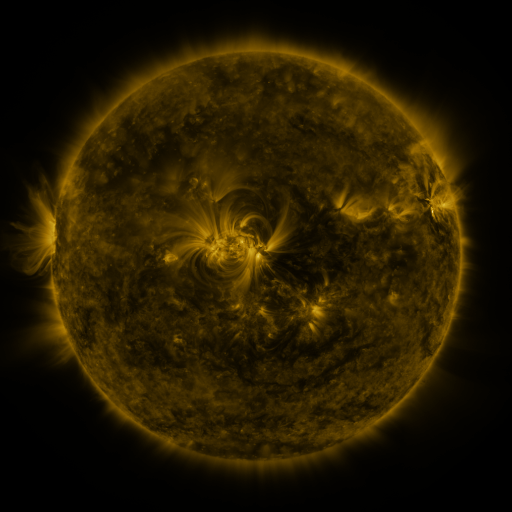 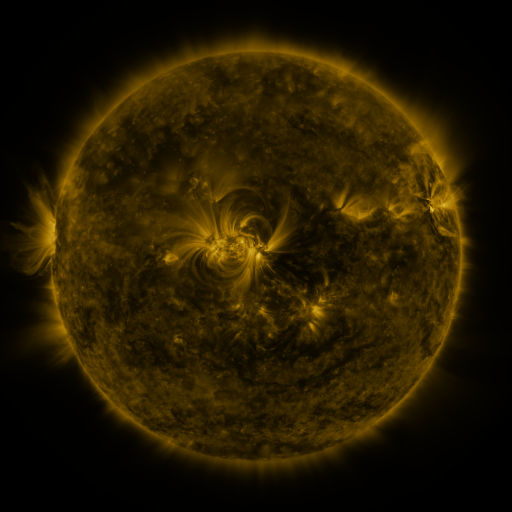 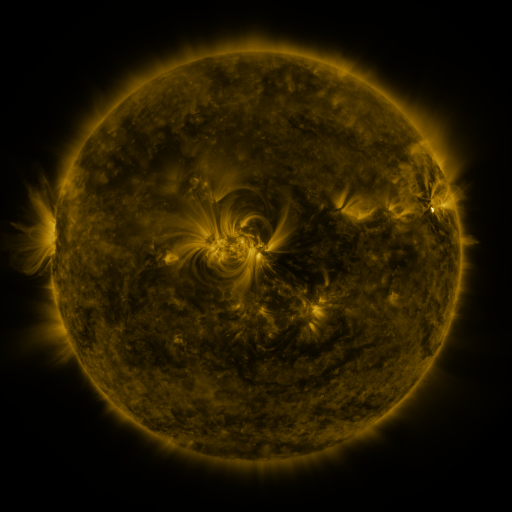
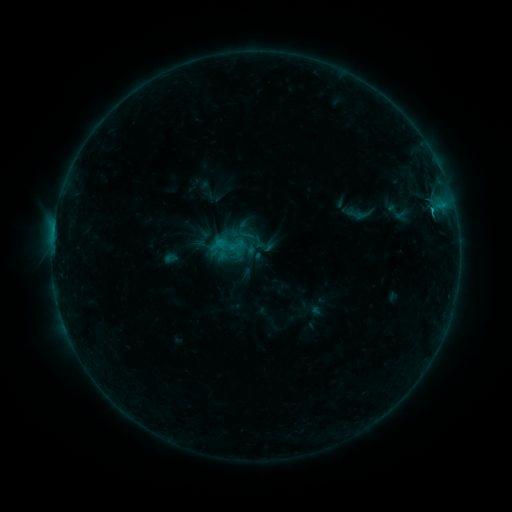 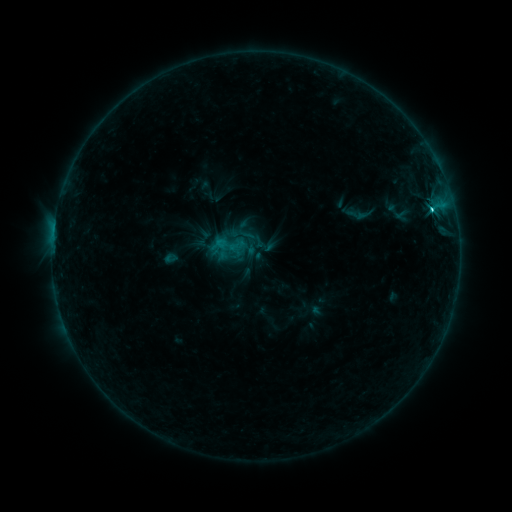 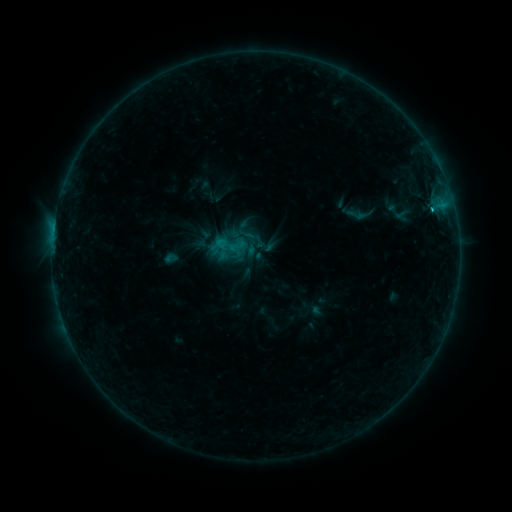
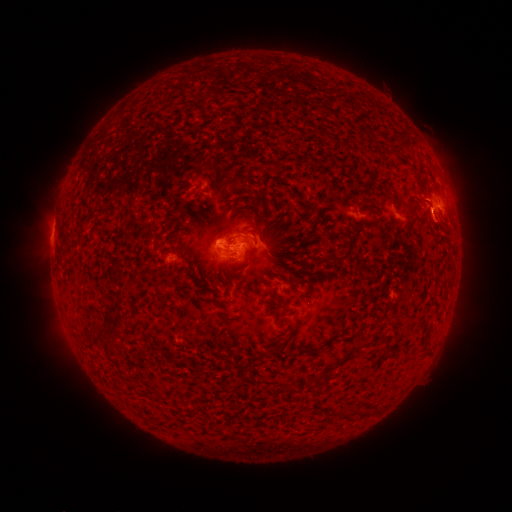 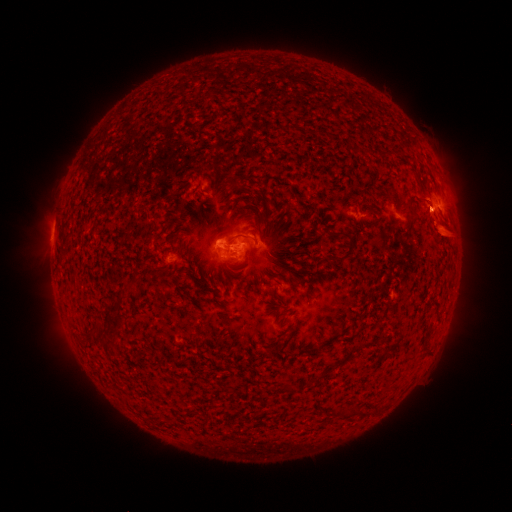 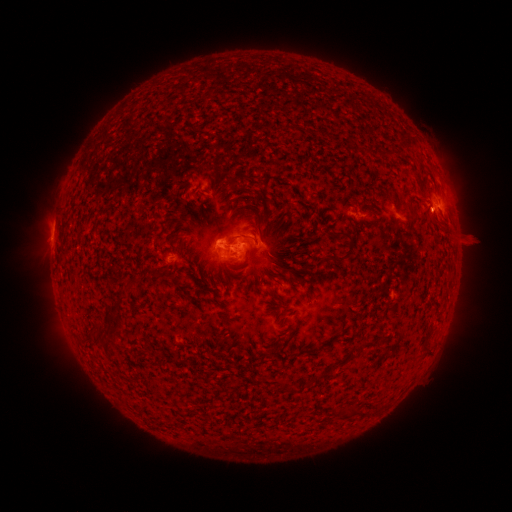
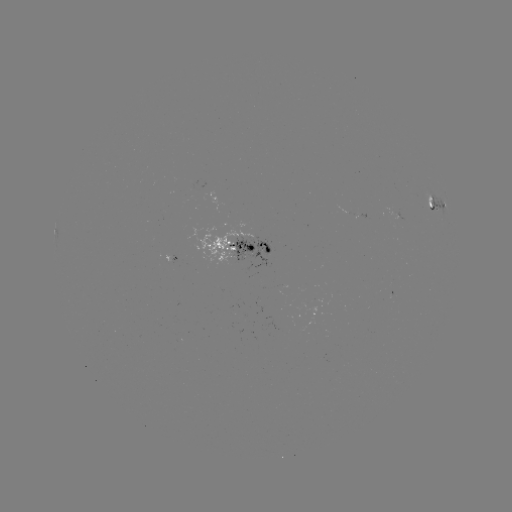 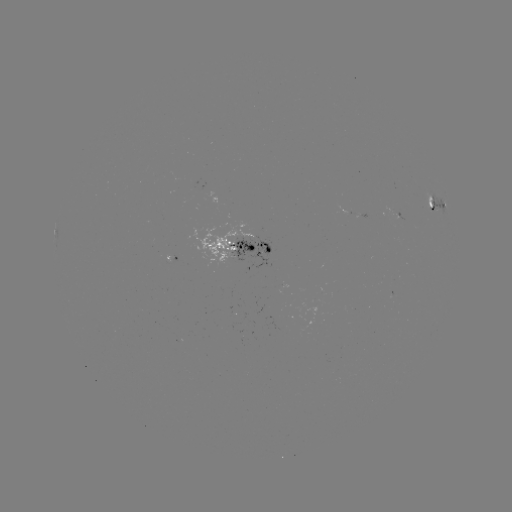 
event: flare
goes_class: C1.7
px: (432, 213)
